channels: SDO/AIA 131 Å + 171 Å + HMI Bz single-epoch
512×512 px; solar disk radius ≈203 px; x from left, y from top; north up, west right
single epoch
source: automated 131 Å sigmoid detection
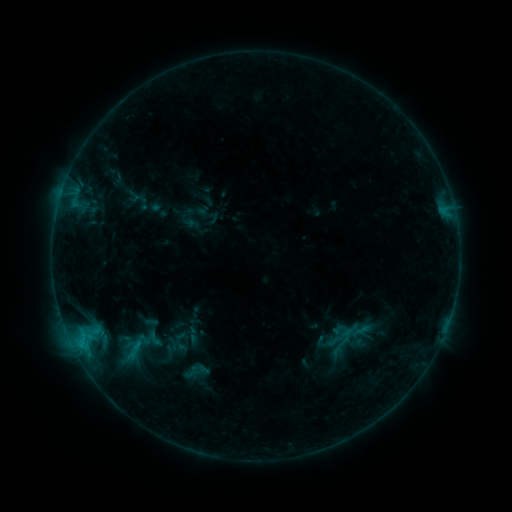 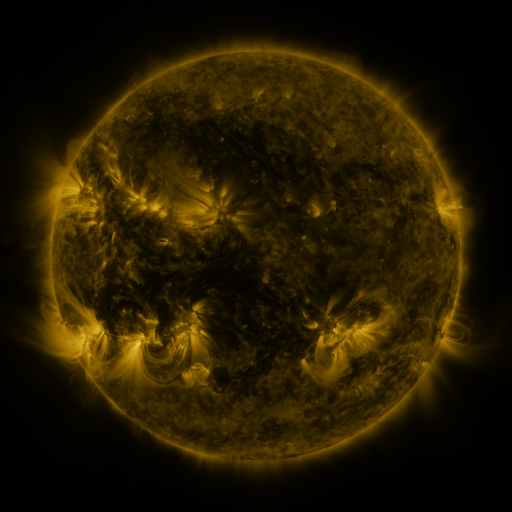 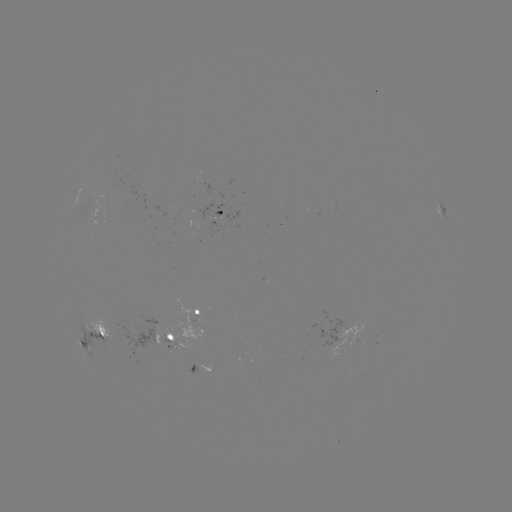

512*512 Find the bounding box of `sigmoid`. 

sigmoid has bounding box [111, 337, 152, 367].